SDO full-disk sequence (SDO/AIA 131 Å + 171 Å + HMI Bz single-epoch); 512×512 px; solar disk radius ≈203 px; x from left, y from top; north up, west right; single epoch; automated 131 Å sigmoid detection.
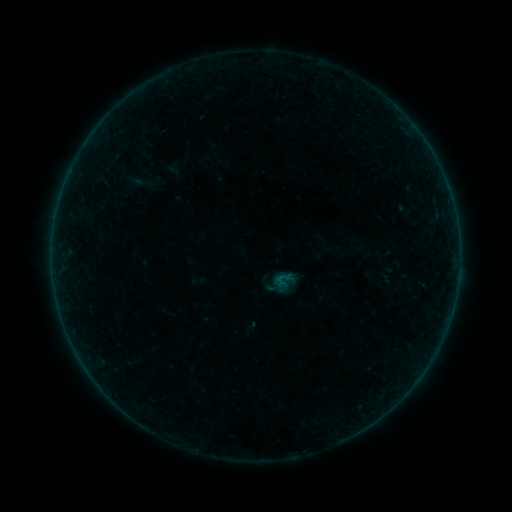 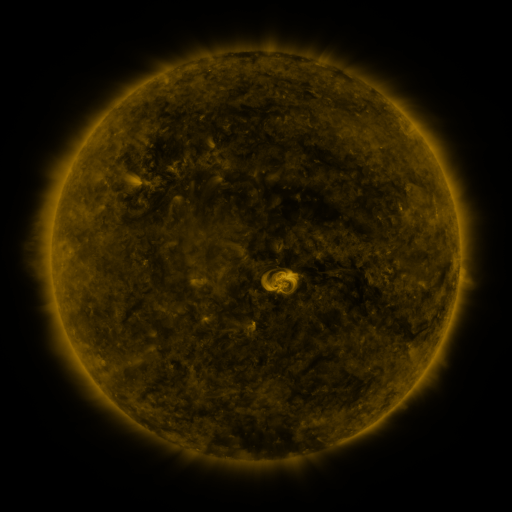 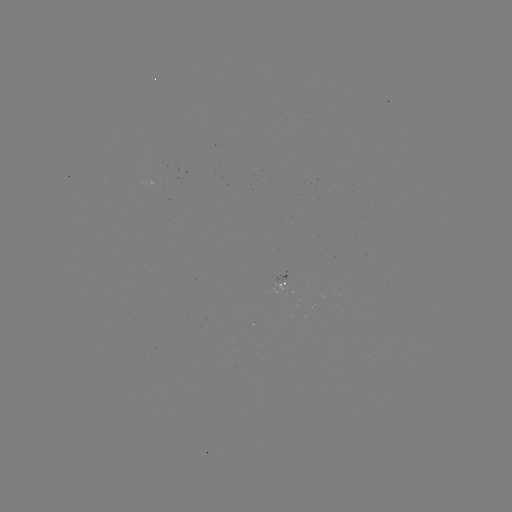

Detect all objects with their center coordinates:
sigmoid: (282, 281)
